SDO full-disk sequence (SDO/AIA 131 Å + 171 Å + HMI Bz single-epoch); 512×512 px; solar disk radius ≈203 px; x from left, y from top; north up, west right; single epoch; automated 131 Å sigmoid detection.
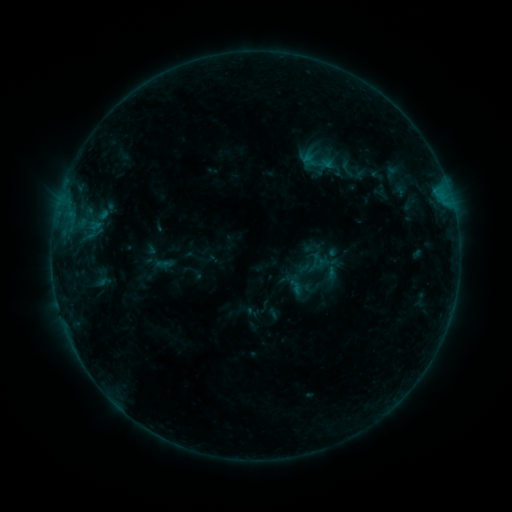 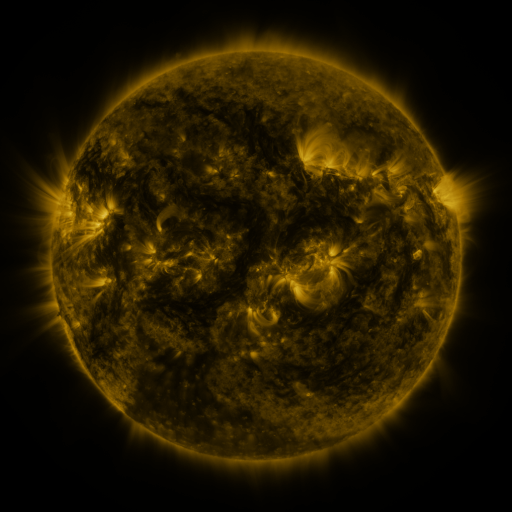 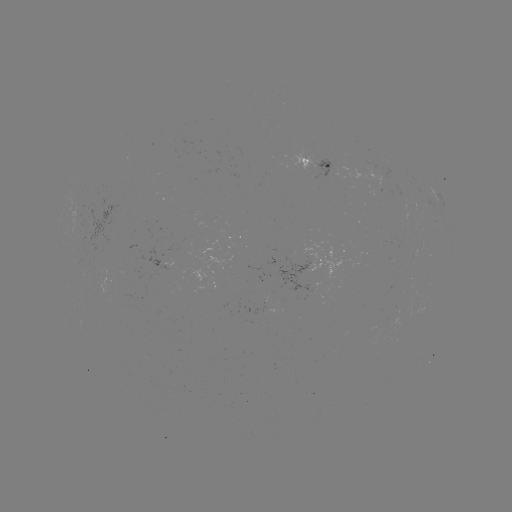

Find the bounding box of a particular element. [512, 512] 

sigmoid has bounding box [330, 153, 364, 181].